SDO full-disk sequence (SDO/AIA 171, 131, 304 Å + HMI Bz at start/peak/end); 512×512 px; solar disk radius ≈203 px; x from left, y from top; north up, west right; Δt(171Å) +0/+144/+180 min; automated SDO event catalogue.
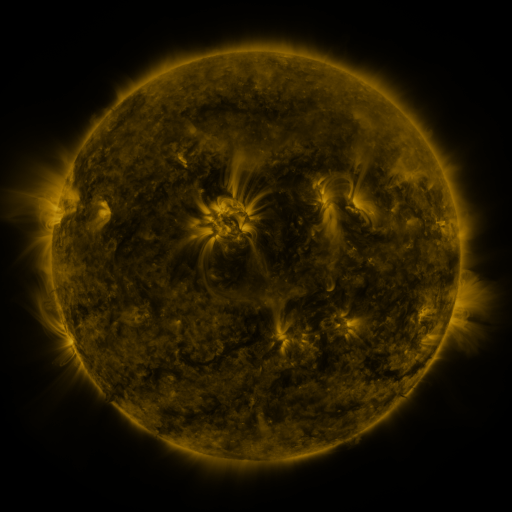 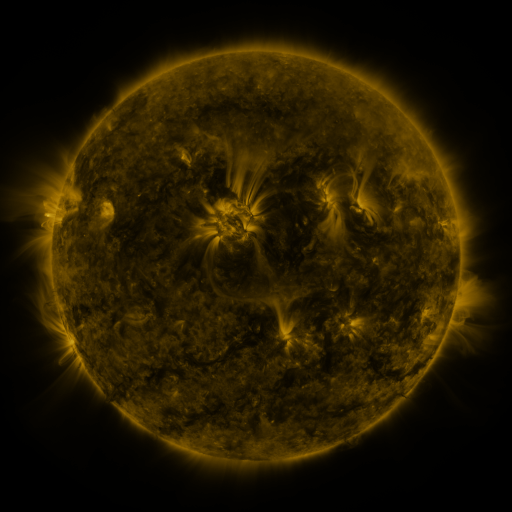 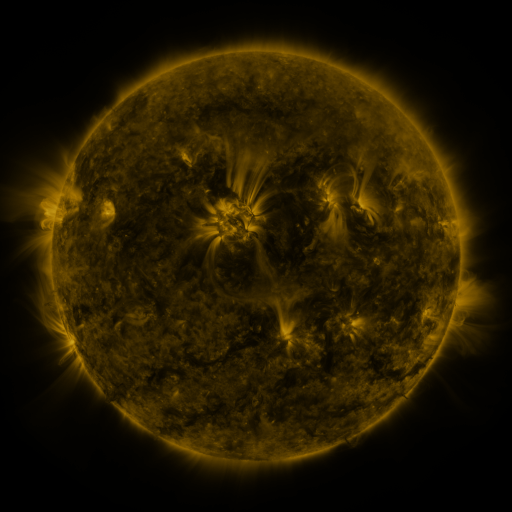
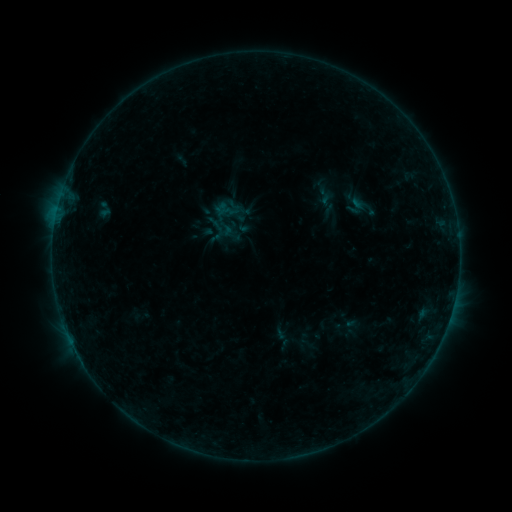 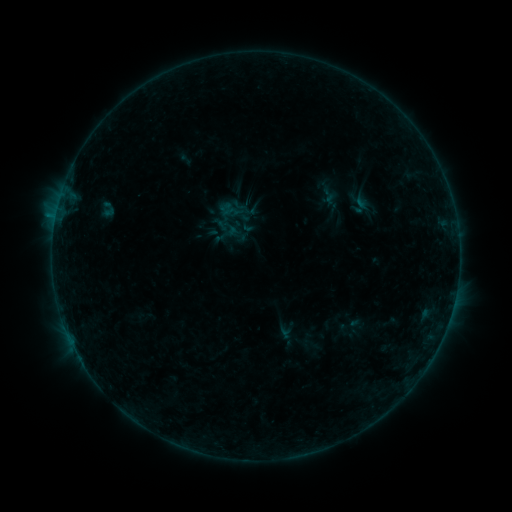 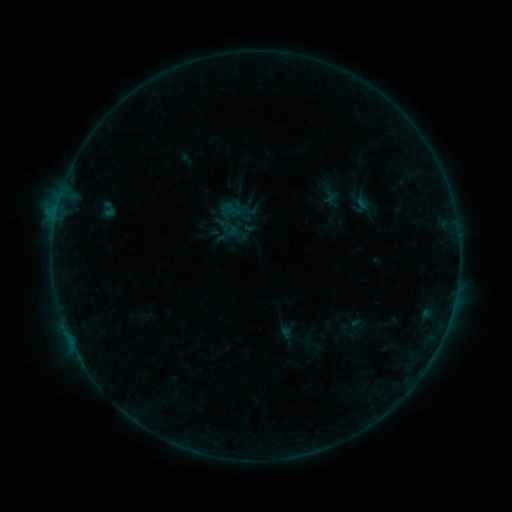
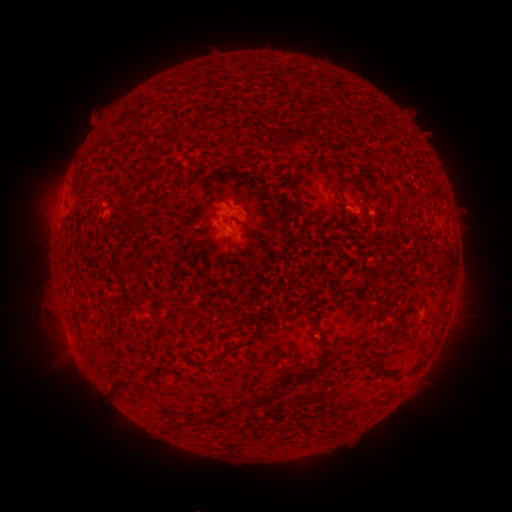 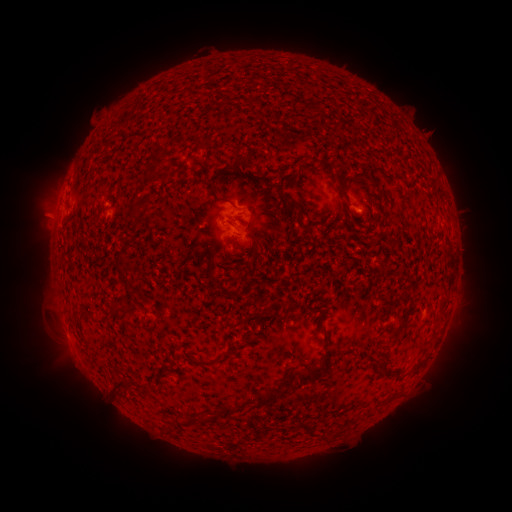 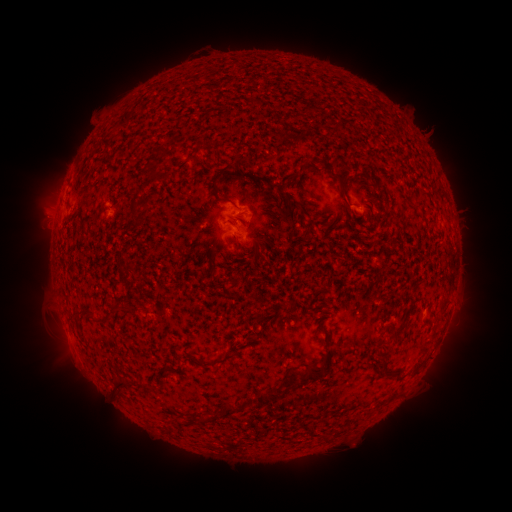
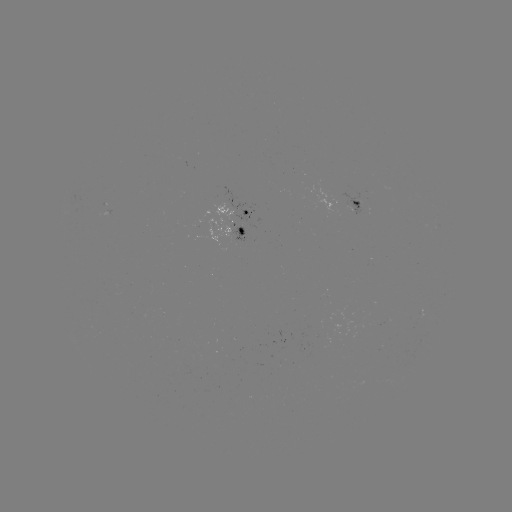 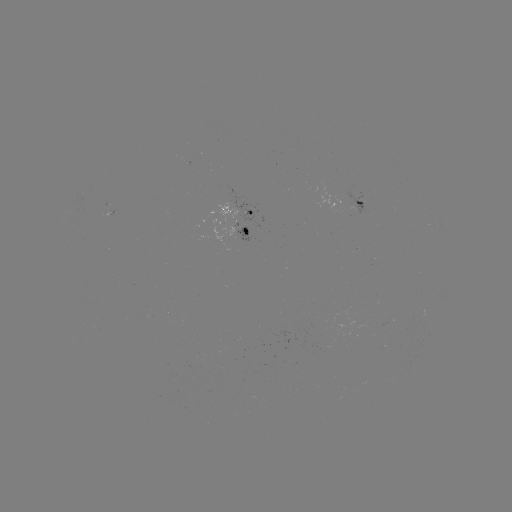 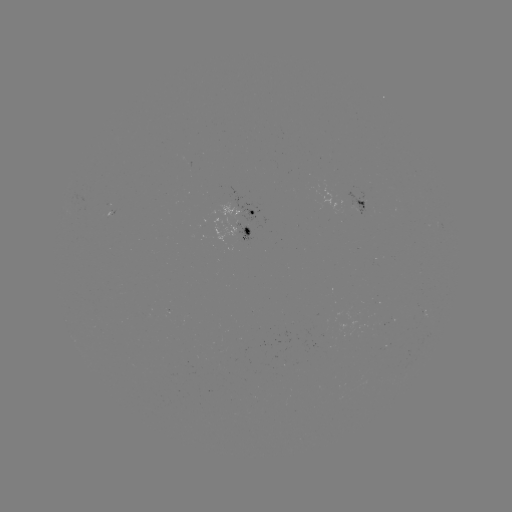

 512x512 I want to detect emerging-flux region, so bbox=[343, 193, 368, 215].